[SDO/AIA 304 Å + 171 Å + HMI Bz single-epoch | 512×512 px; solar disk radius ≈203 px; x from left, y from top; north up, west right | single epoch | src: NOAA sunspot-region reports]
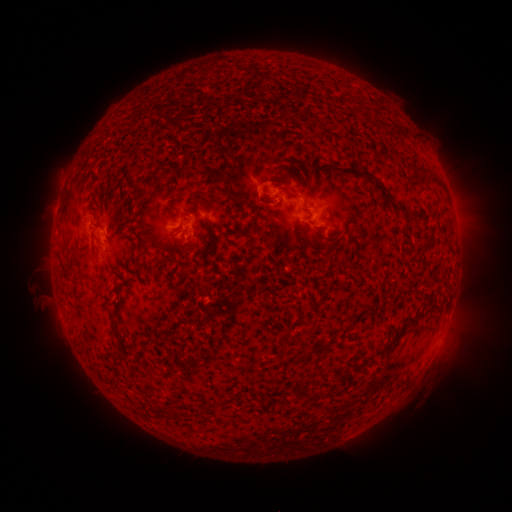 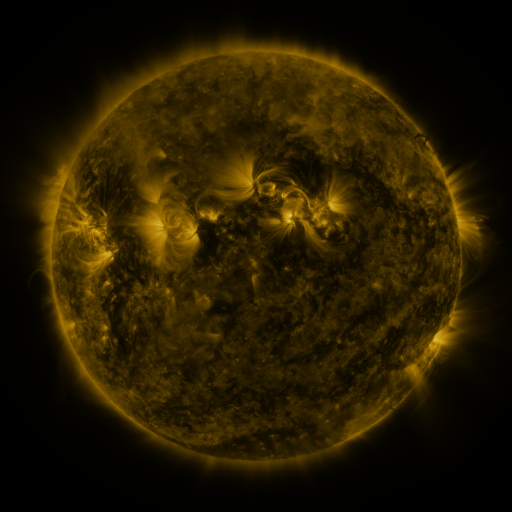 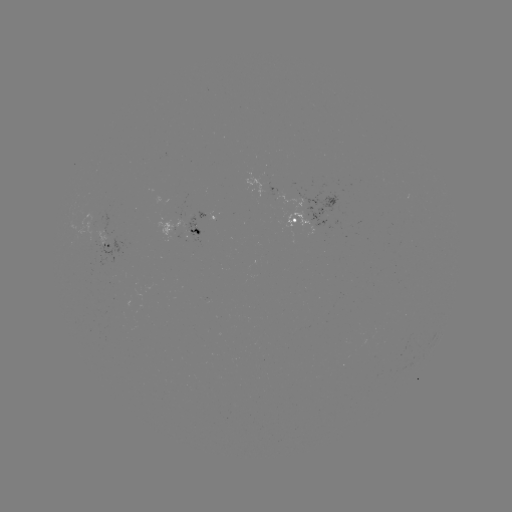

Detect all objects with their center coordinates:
spotted active region: (200, 218)
spotted active region: (314, 218)
spotted active region: (183, 232)
spotted active region: (112, 245)
